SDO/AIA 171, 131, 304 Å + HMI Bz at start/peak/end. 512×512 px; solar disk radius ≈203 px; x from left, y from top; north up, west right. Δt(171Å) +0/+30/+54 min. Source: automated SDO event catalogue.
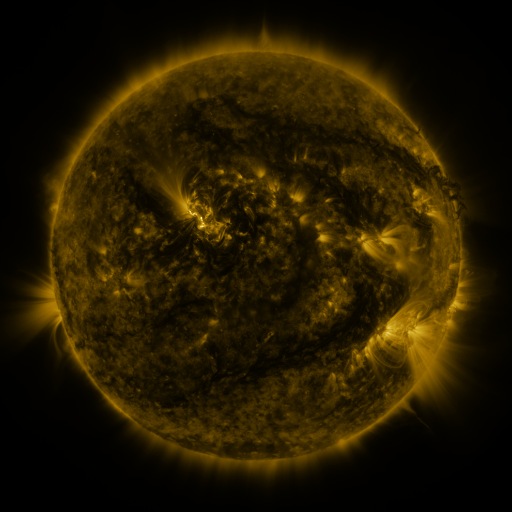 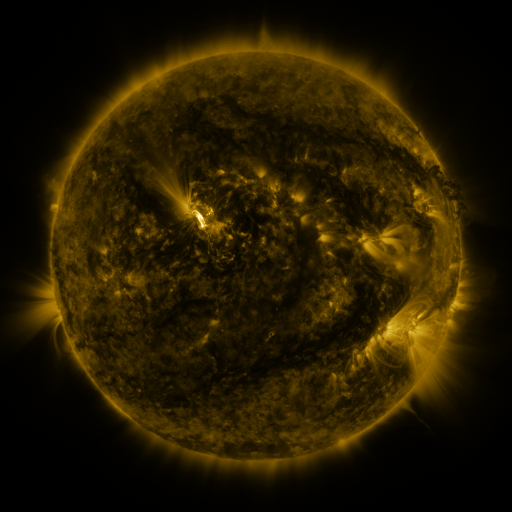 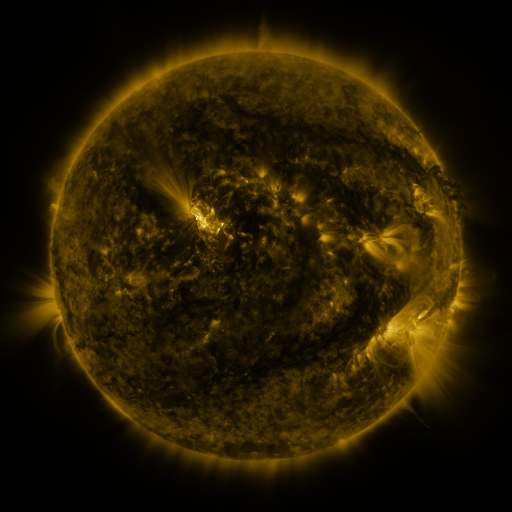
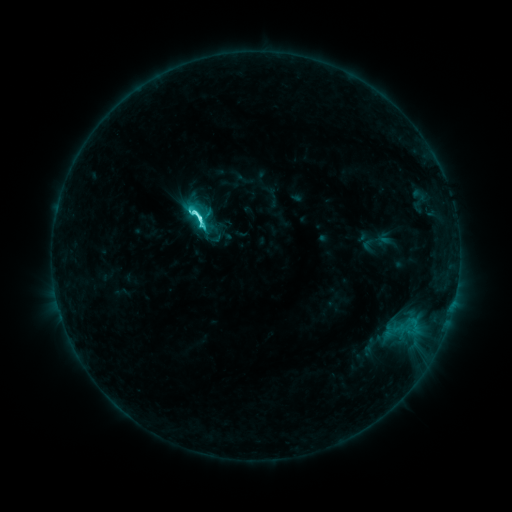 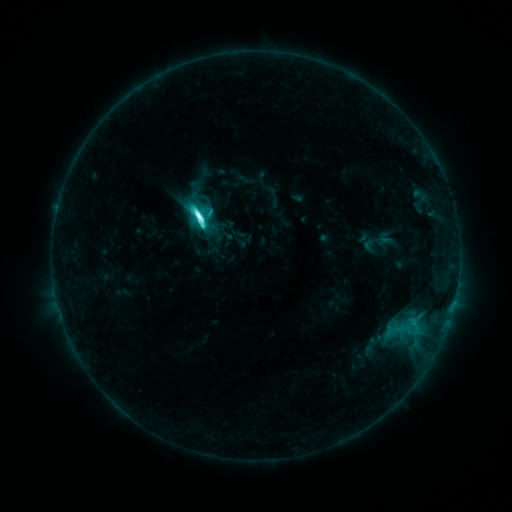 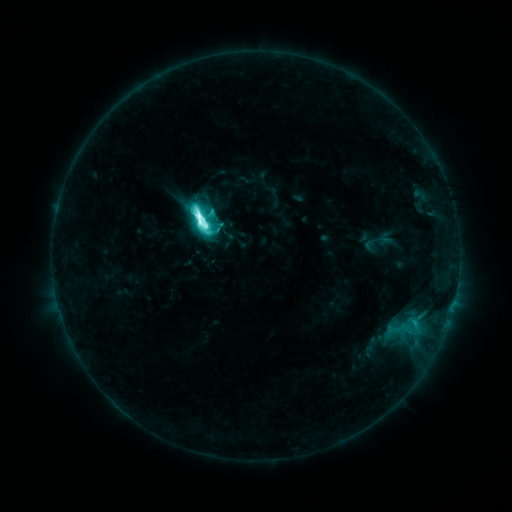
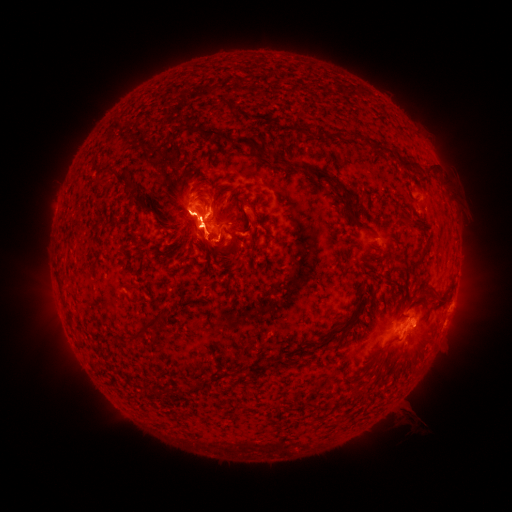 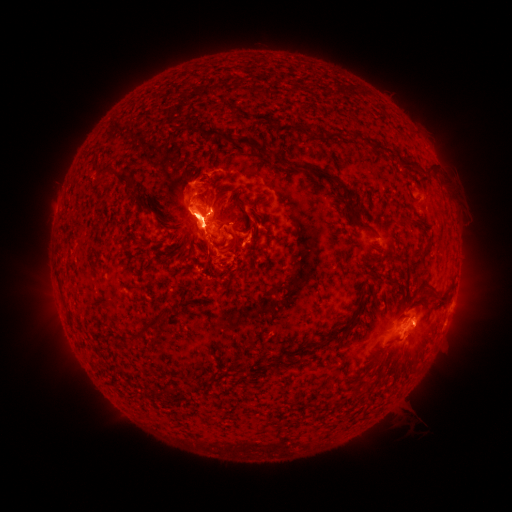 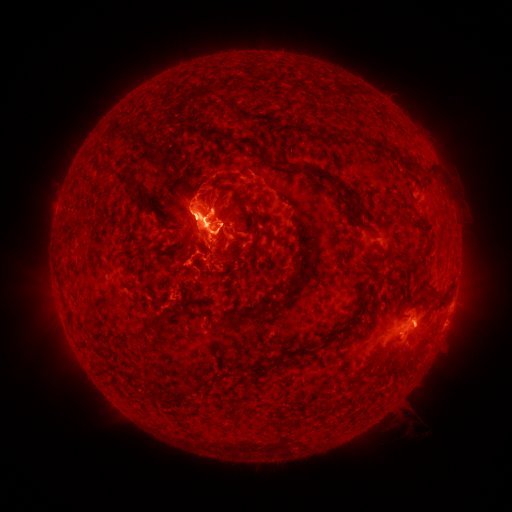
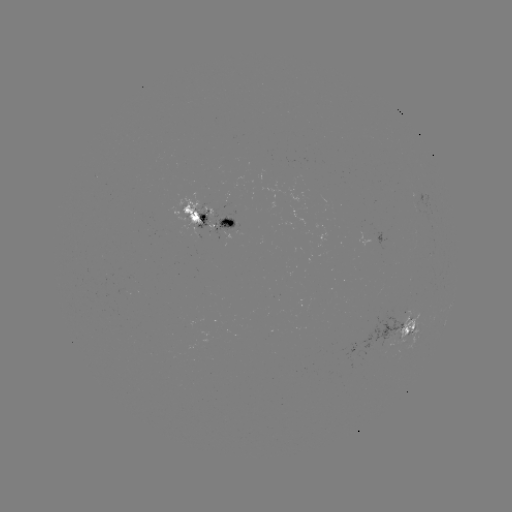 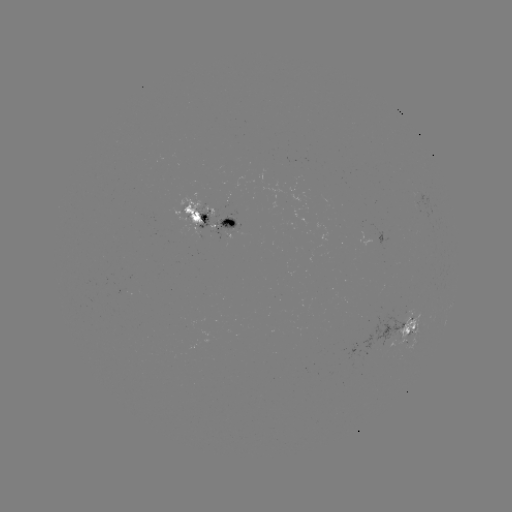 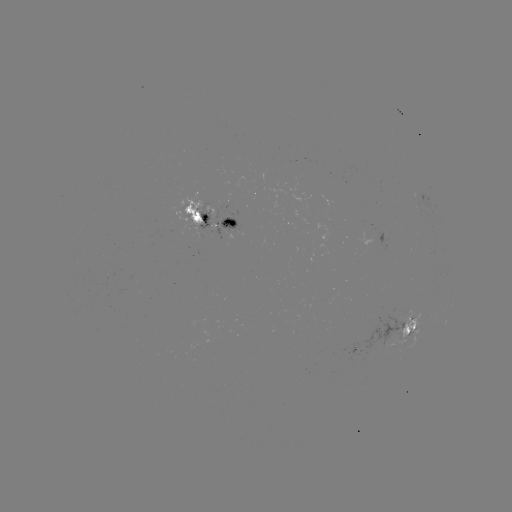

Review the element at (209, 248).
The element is eruption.